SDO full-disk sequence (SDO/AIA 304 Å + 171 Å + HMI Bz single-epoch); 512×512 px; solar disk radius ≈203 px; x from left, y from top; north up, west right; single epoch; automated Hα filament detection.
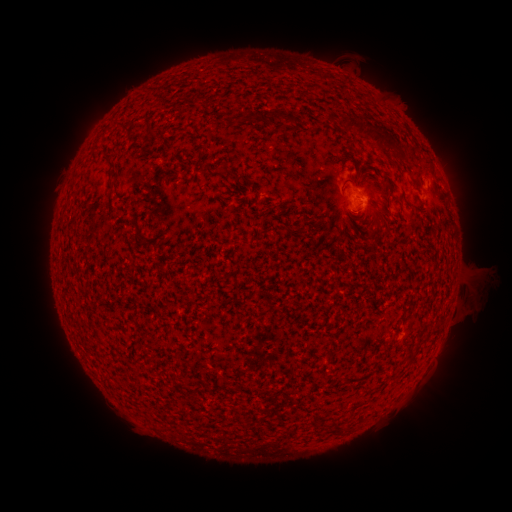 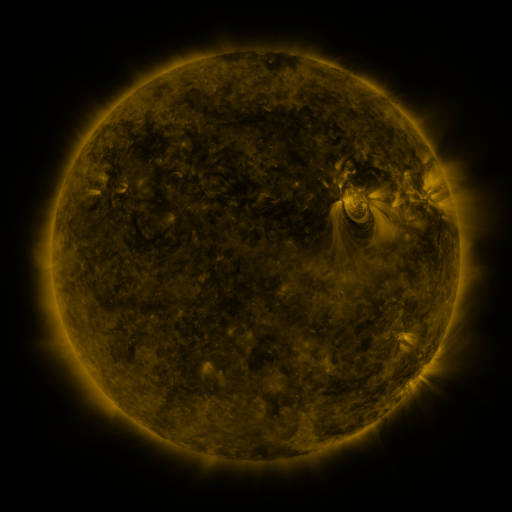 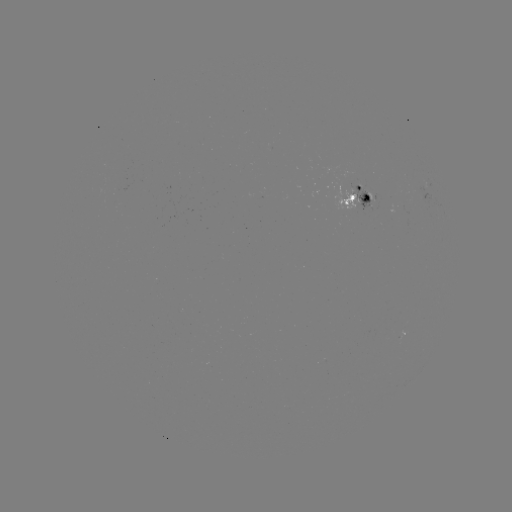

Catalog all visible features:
filament: (277, 116)
filament: (125, 123)
filament: (352, 125)
filament: (367, 135)
filament: (387, 139)
filament: (109, 158)
filament: (224, 173)
filament: (410, 358)
